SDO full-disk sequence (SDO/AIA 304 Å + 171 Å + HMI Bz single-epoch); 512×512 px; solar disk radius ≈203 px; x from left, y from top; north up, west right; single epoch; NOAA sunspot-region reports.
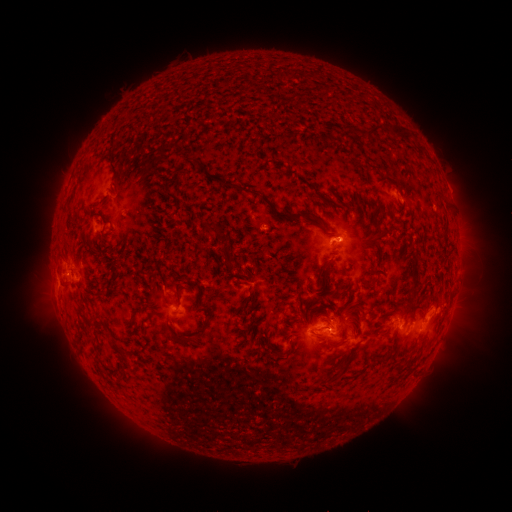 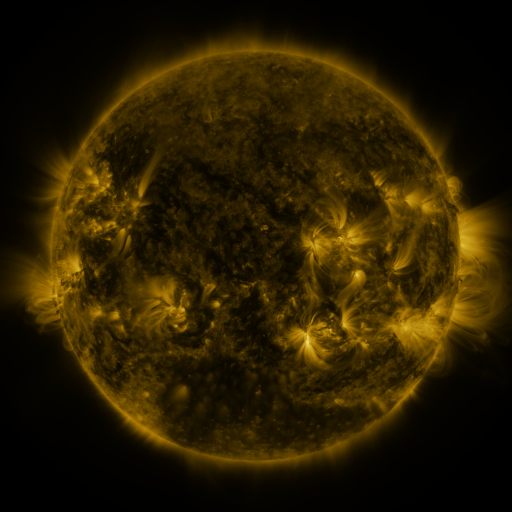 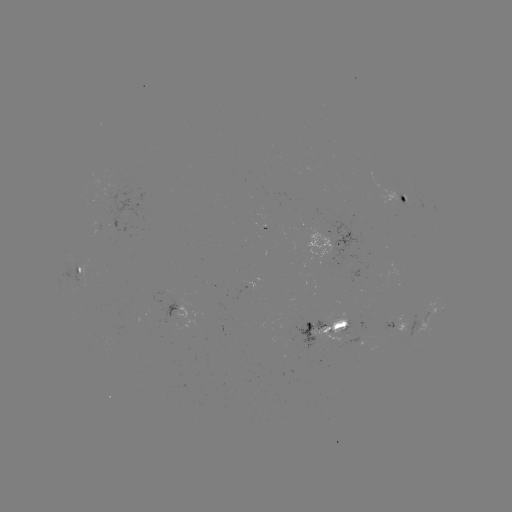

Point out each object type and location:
spotted active region: (407, 197)
spotted active region: (345, 239)
spotted active region: (82, 274)
spotted active region: (429, 316)
spotted active region: (198, 317)
spotted active region: (400, 320)
spotted active region: (327, 327)
